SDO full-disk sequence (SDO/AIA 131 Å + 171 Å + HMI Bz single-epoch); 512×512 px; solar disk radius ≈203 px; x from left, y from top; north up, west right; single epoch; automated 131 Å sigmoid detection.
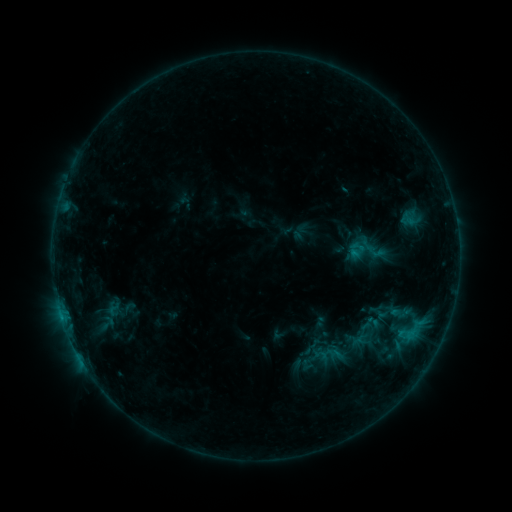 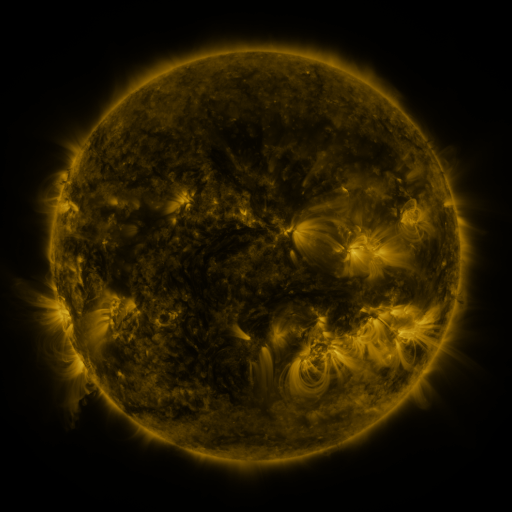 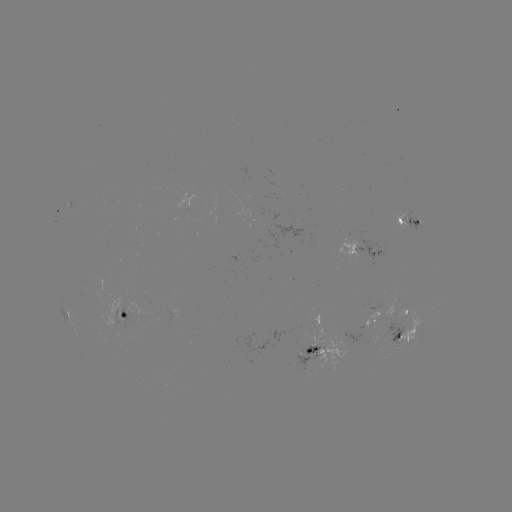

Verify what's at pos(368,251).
sigmoid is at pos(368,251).